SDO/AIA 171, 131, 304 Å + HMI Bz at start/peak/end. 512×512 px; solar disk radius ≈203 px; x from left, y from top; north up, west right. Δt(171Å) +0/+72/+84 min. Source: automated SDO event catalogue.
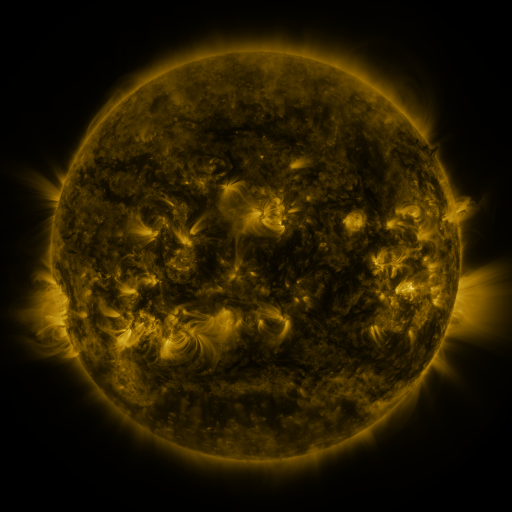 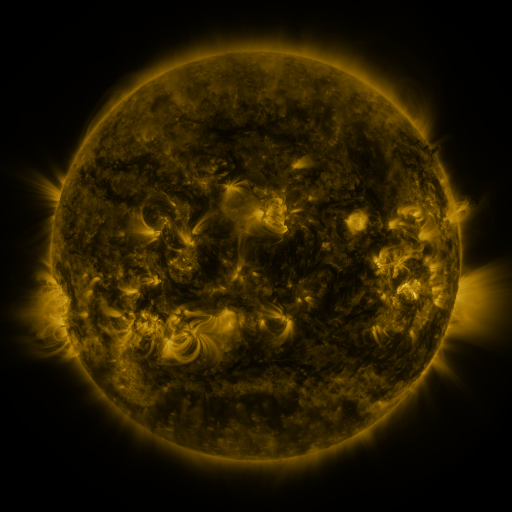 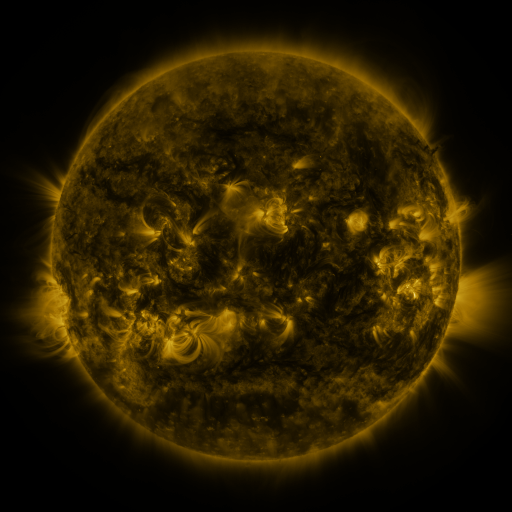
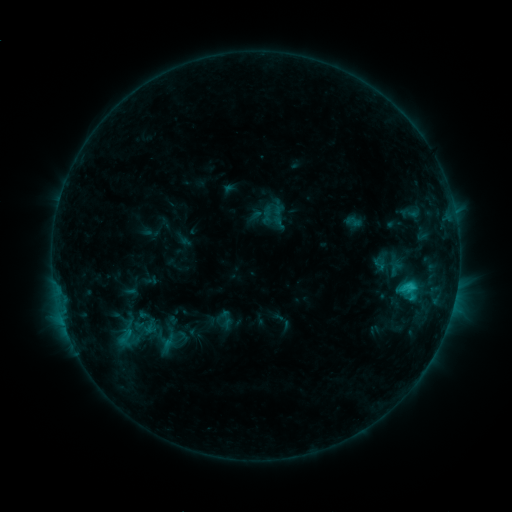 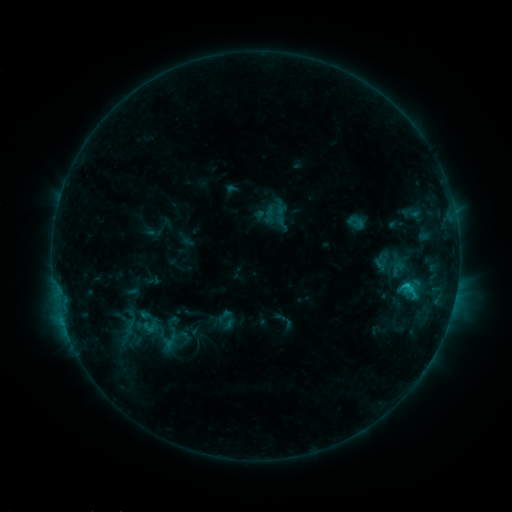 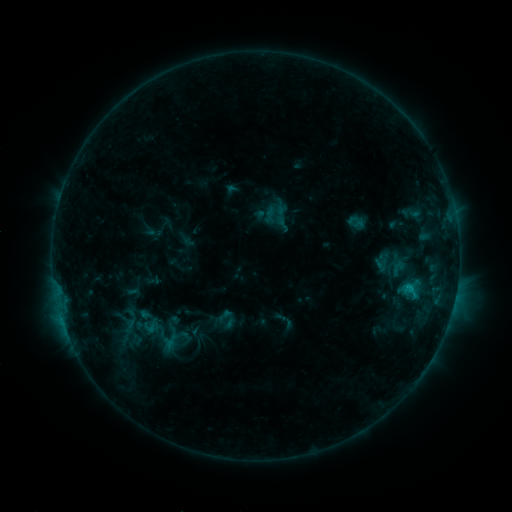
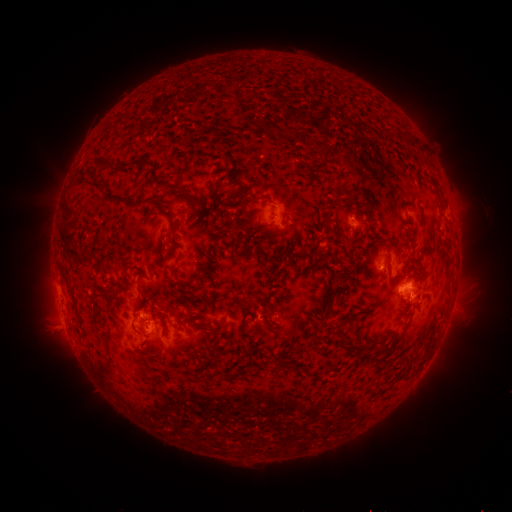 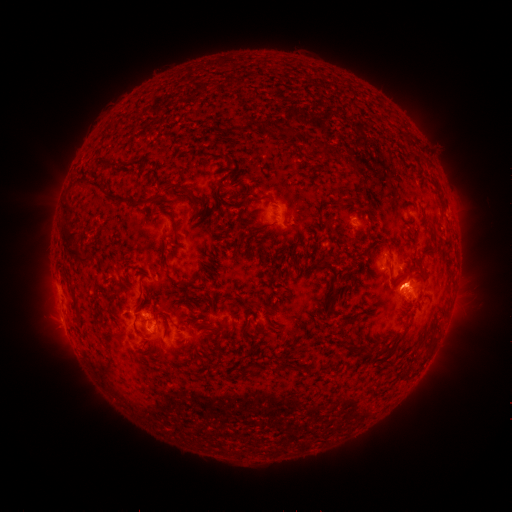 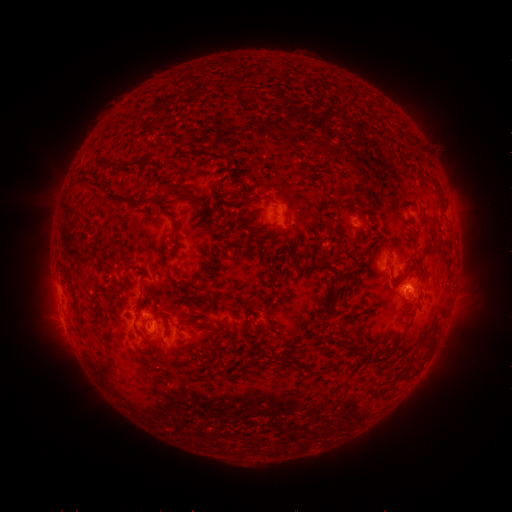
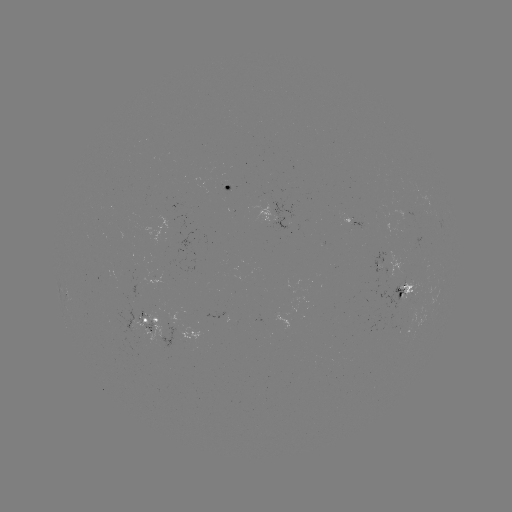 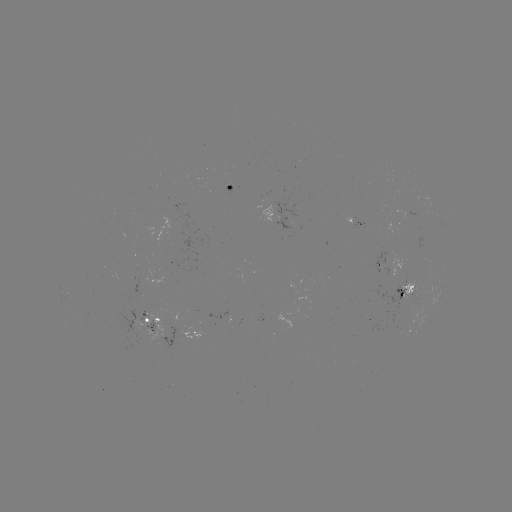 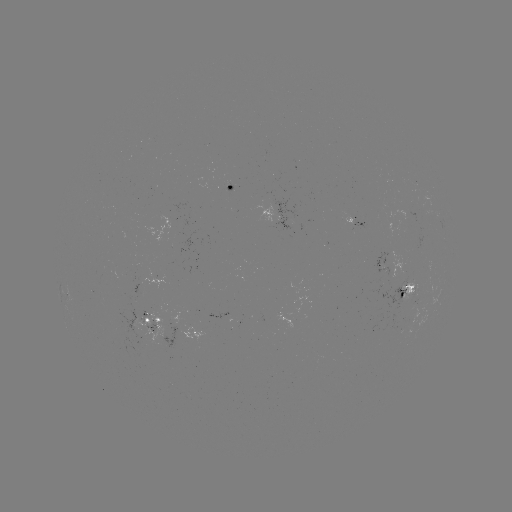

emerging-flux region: [375, 252, 389, 278]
